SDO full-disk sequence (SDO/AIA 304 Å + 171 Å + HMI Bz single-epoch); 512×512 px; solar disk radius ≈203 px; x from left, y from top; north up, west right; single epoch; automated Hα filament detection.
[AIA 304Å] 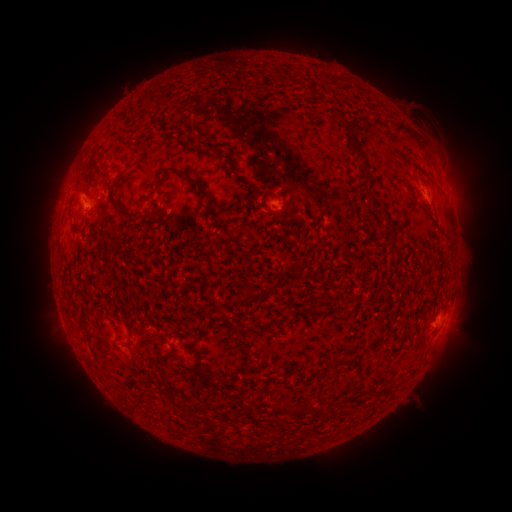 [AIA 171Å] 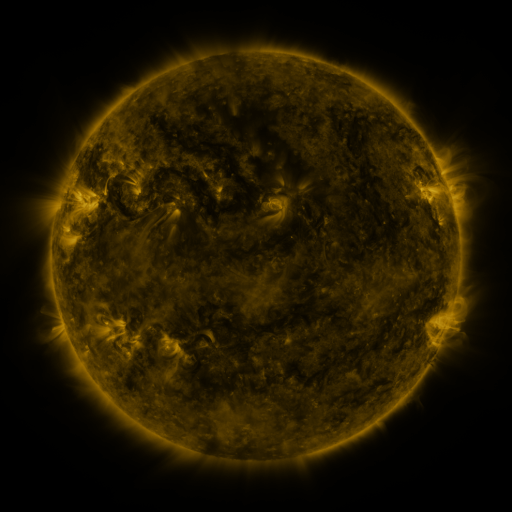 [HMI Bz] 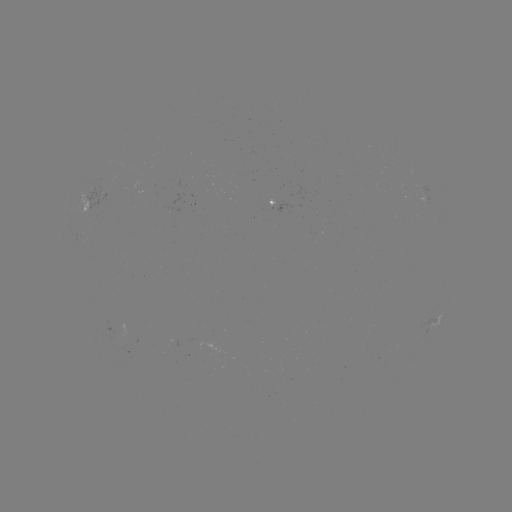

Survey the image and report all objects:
filament: (404, 129)
filament: (354, 143)
filament: (223, 156)
filament: (188, 176)
filament: (268, 194)
filament: (78, 229)
filament: (219, 310)
filament: (130, 333)
filament: (194, 354)
